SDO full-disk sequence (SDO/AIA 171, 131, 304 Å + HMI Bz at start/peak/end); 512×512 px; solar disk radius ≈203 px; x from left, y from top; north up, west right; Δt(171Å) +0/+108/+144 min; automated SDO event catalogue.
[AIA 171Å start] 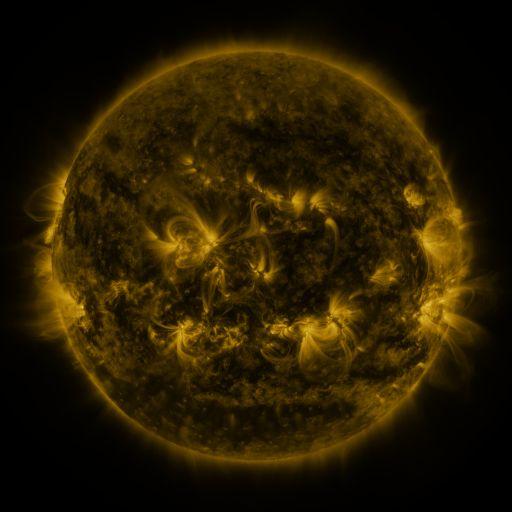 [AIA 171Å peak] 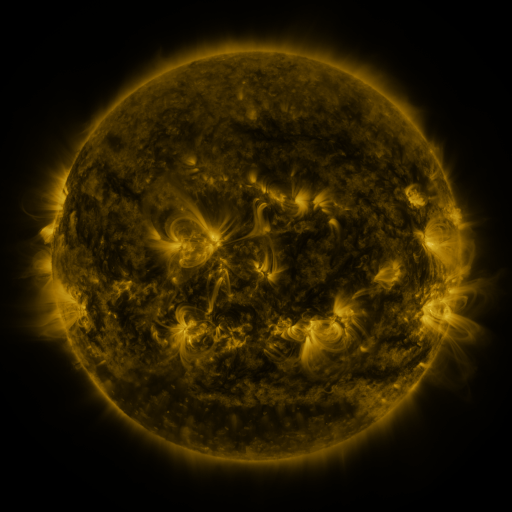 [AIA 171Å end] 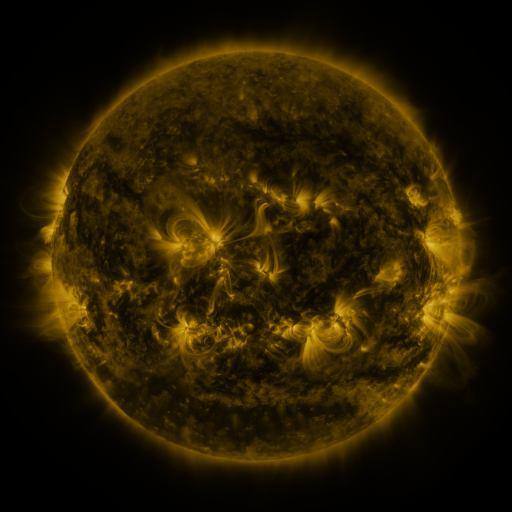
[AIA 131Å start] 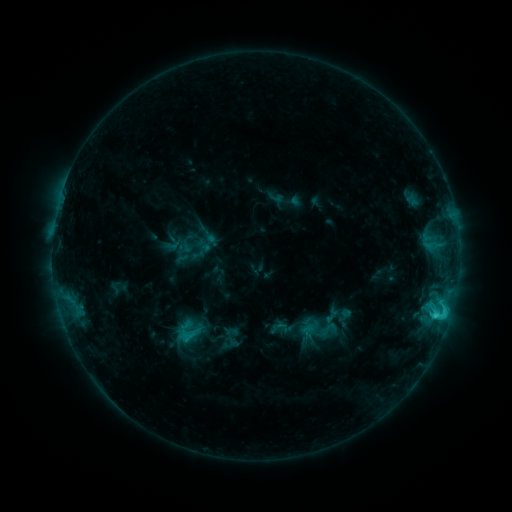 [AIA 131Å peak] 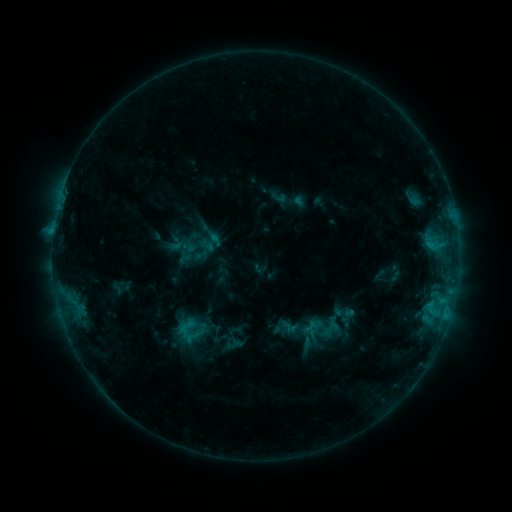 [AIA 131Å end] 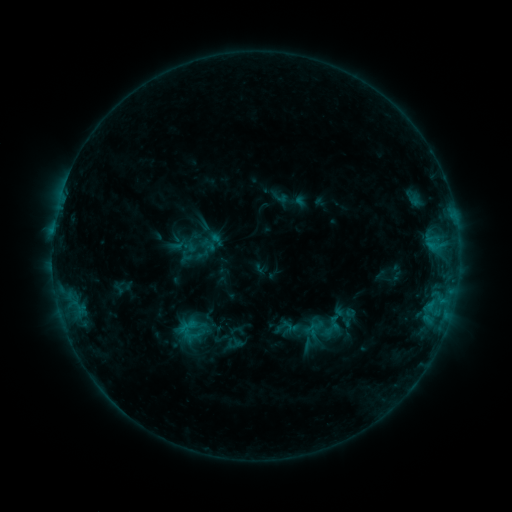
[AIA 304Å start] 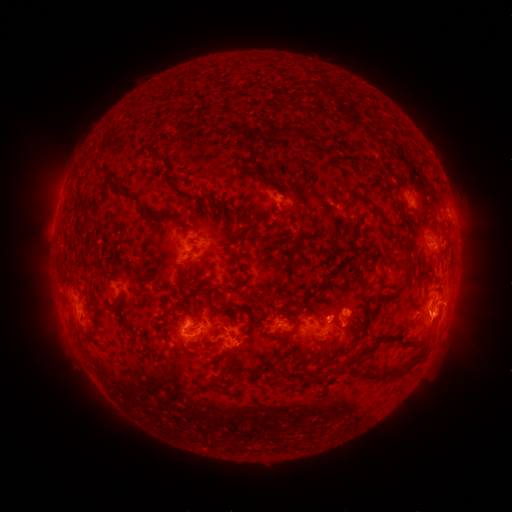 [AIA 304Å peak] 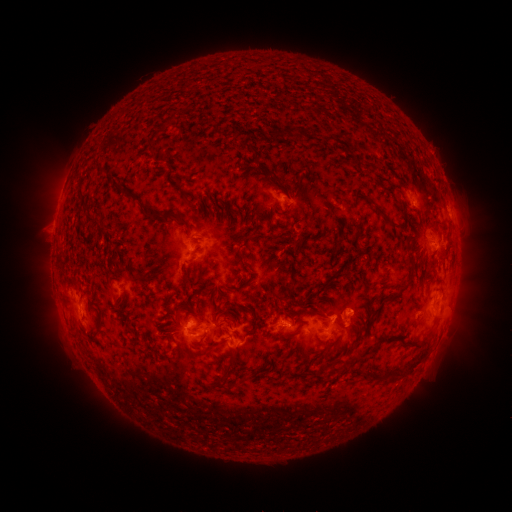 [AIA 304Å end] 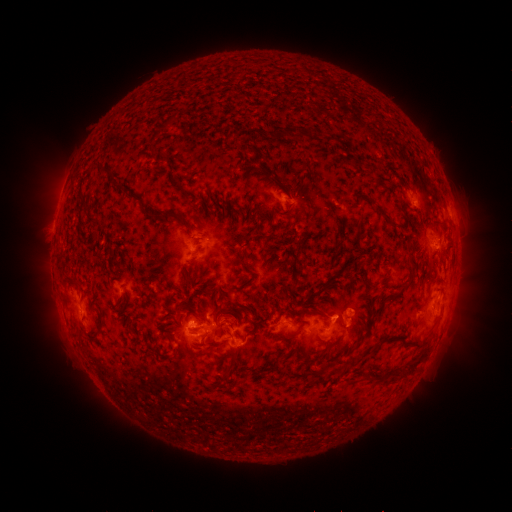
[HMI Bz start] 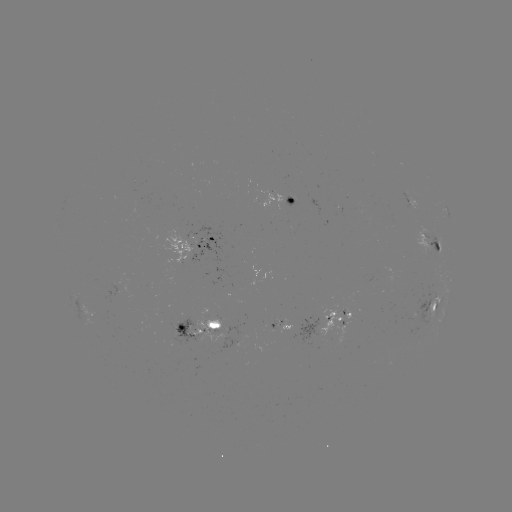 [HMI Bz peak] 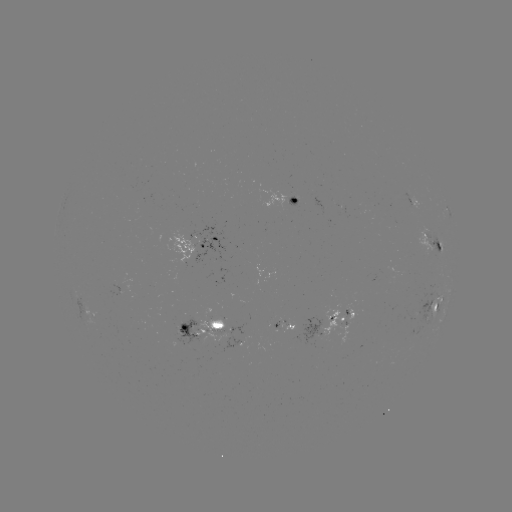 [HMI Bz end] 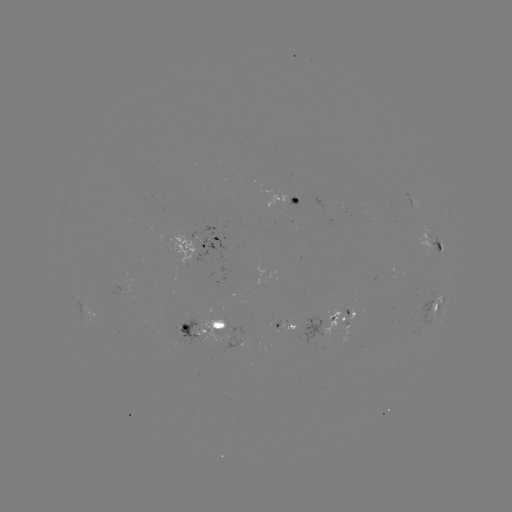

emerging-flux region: <bbox>301, 317, 327, 344</bbox>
